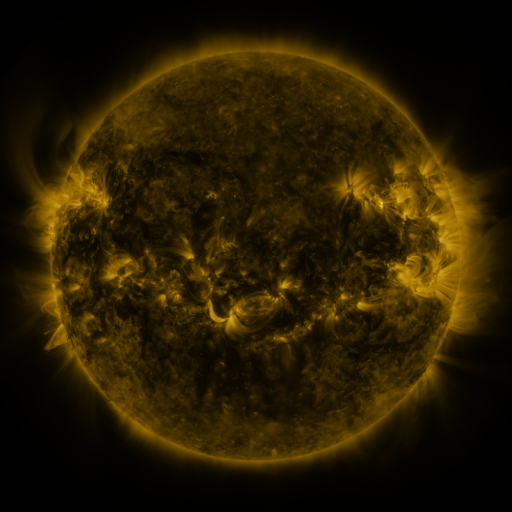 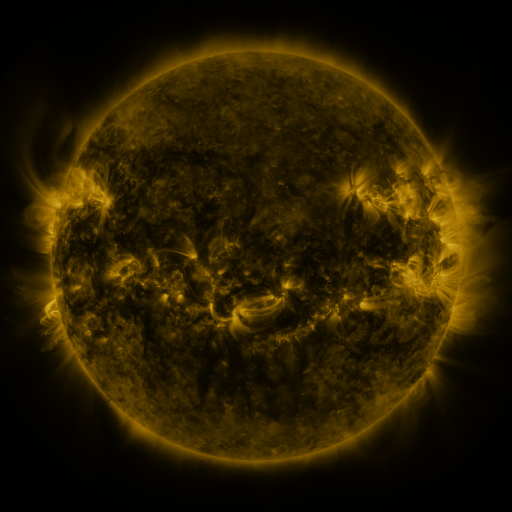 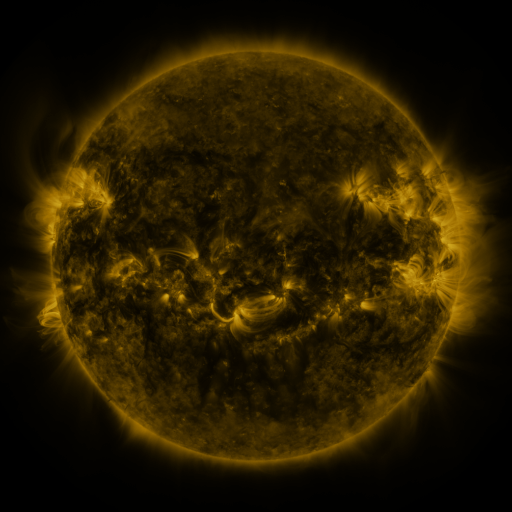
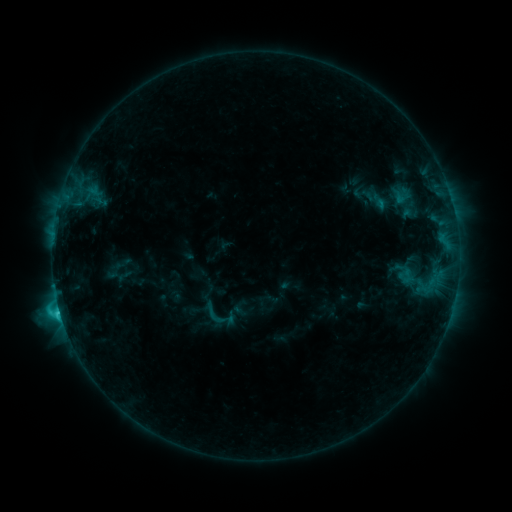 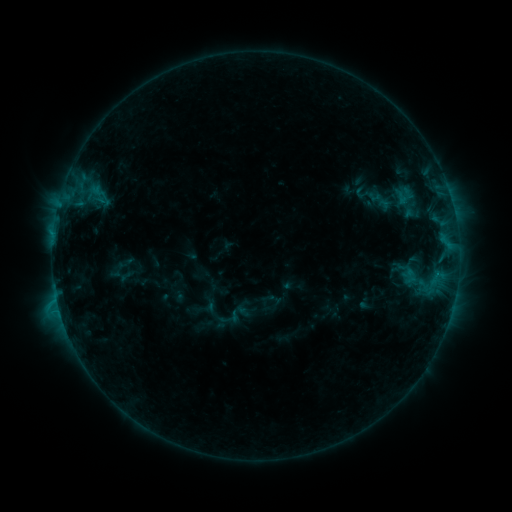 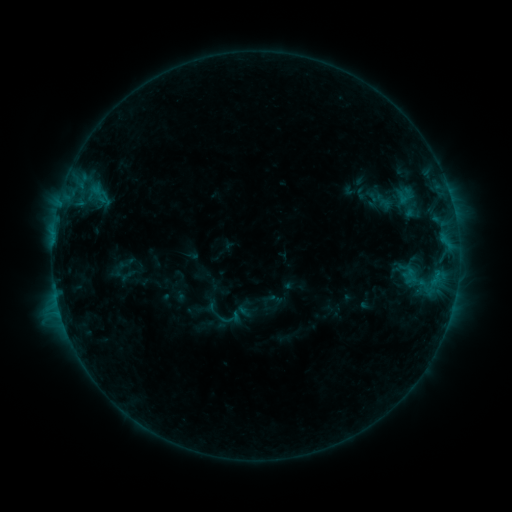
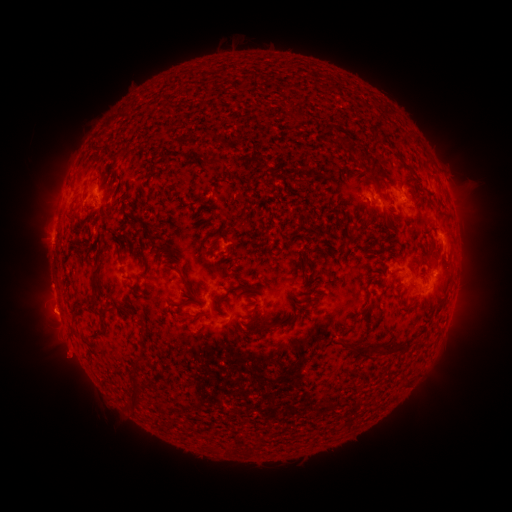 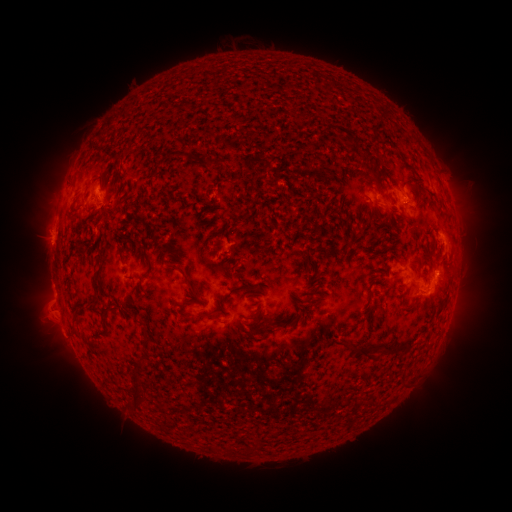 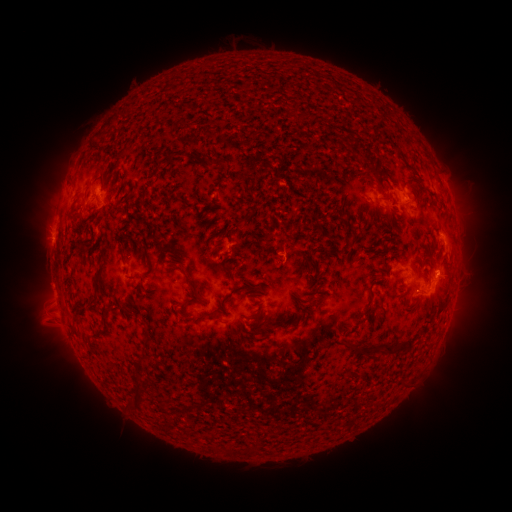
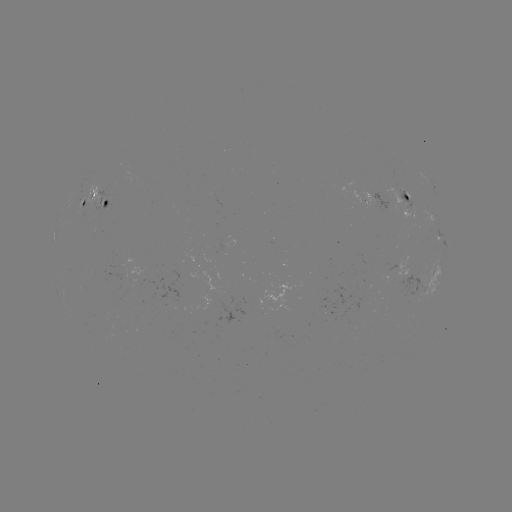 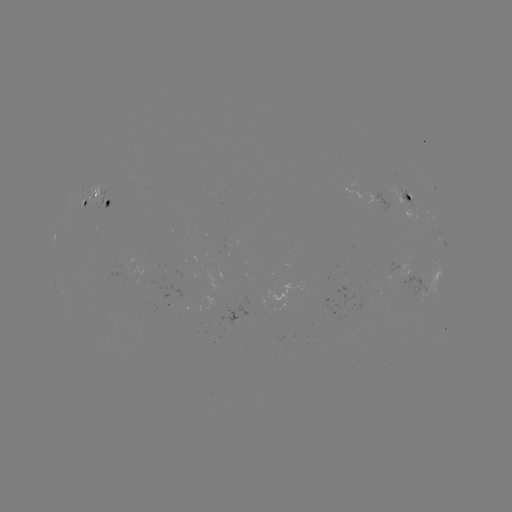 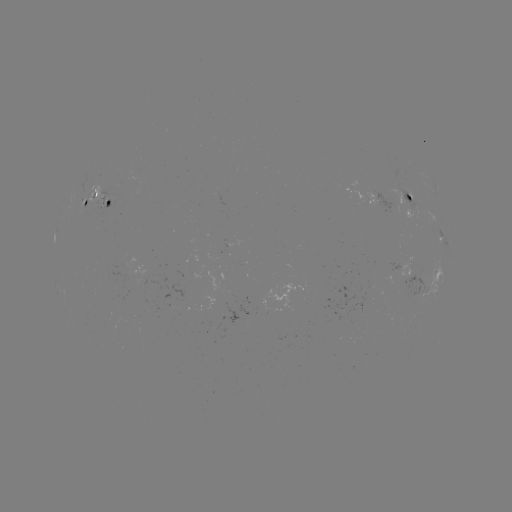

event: emerging-flux region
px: (97, 201)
